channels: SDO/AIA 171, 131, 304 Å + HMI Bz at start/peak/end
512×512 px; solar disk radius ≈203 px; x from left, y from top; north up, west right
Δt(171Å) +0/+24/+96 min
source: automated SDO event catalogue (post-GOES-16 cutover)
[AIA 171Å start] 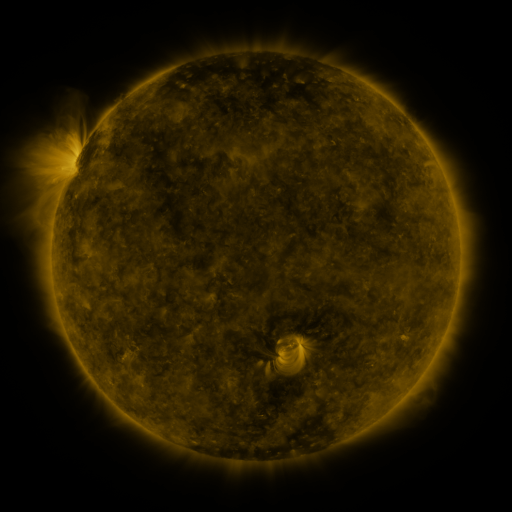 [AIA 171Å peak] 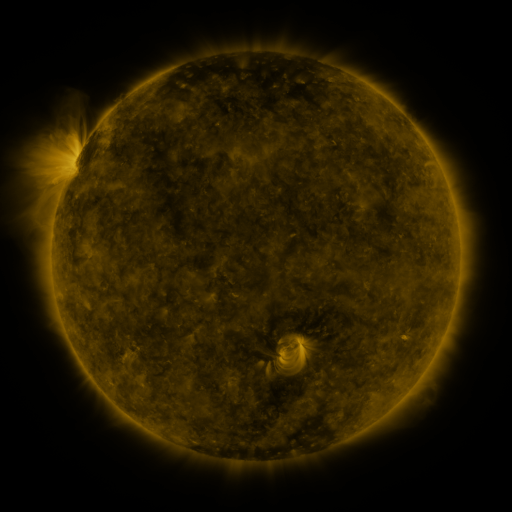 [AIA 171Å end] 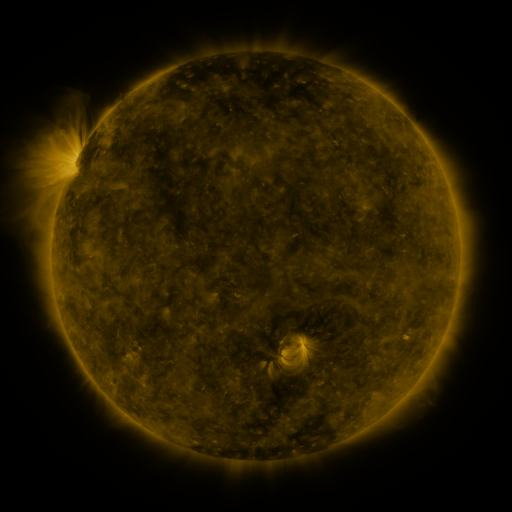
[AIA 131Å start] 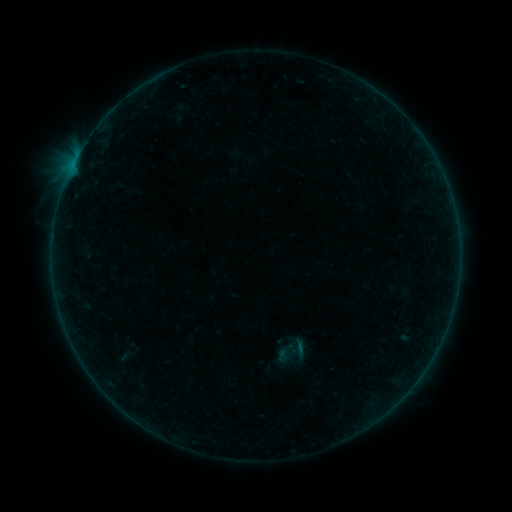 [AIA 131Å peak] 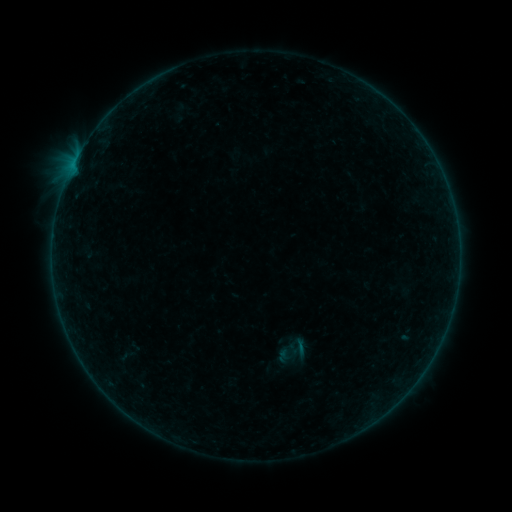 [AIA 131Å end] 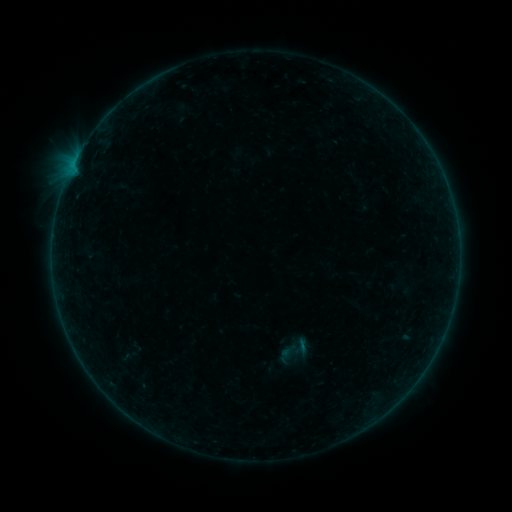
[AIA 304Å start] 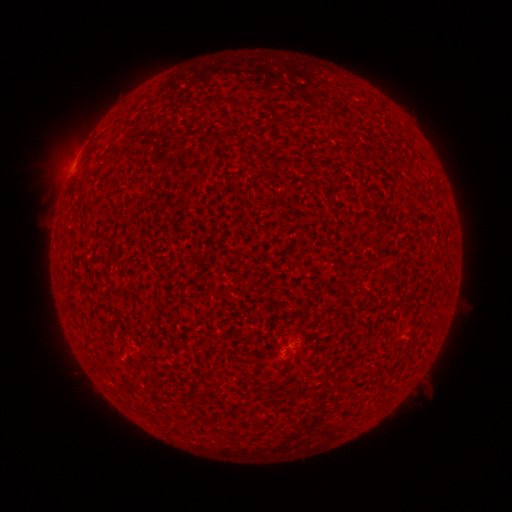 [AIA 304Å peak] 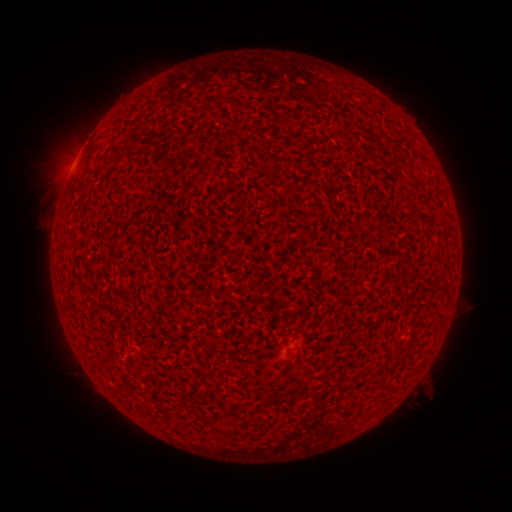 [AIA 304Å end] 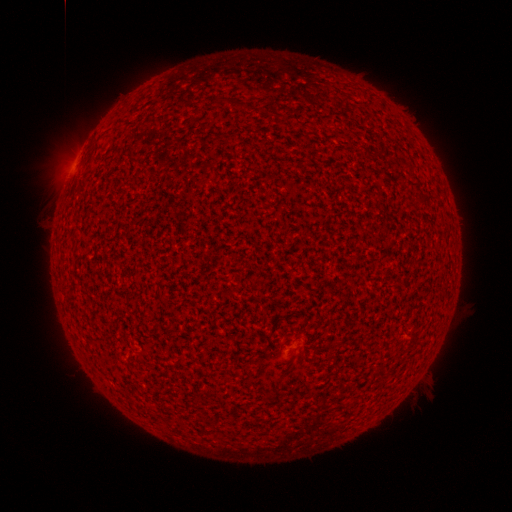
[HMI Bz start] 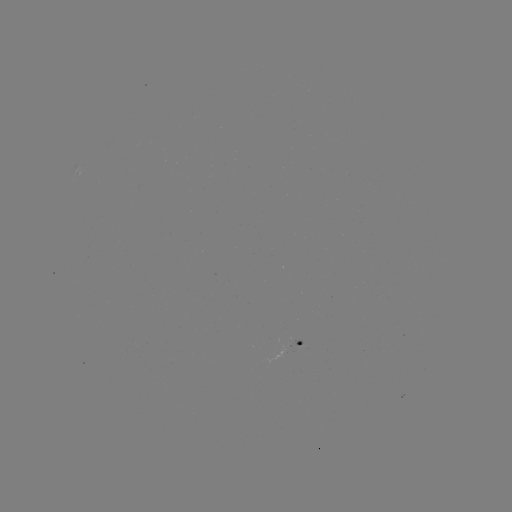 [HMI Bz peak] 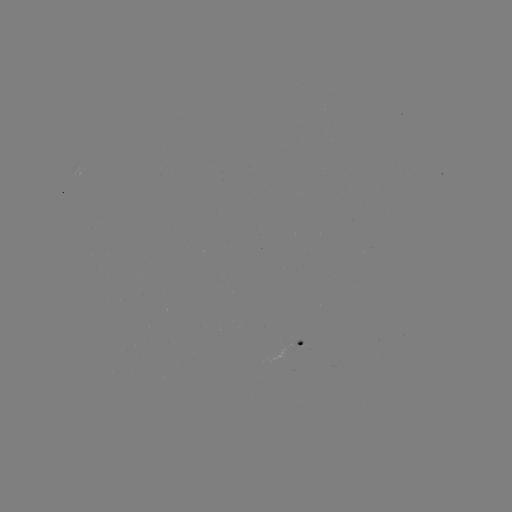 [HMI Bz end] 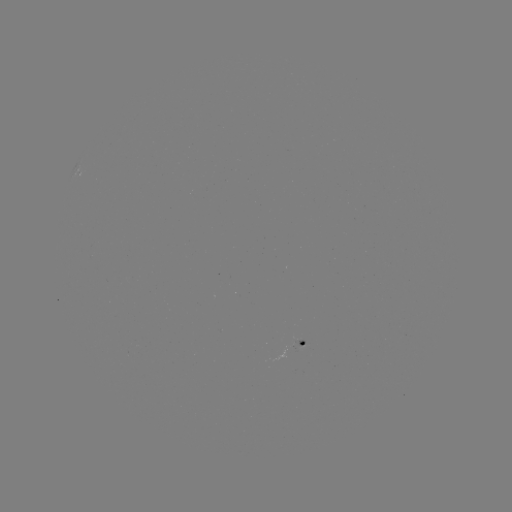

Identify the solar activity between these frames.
A4.8 flare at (70, 174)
